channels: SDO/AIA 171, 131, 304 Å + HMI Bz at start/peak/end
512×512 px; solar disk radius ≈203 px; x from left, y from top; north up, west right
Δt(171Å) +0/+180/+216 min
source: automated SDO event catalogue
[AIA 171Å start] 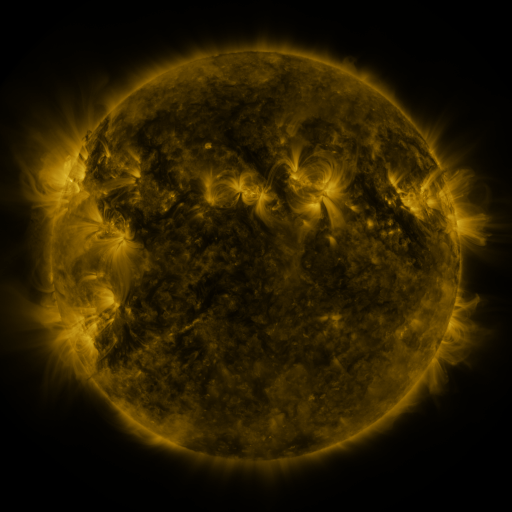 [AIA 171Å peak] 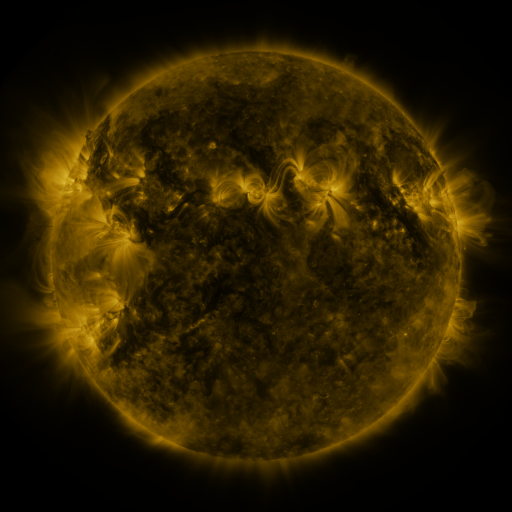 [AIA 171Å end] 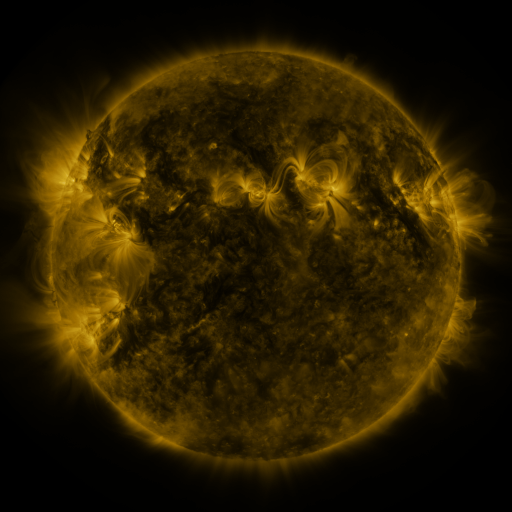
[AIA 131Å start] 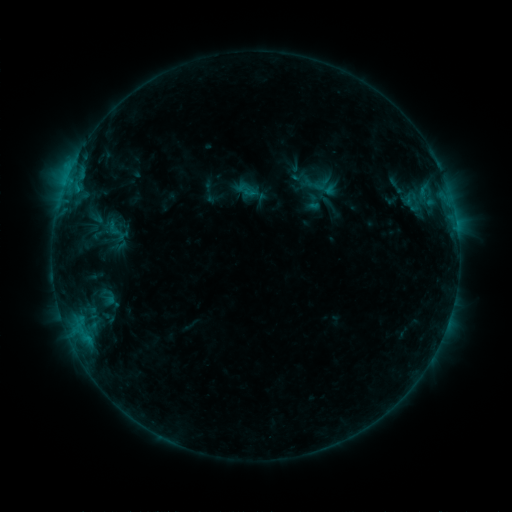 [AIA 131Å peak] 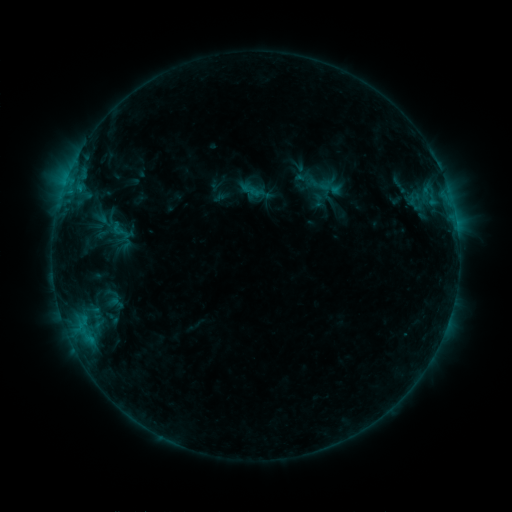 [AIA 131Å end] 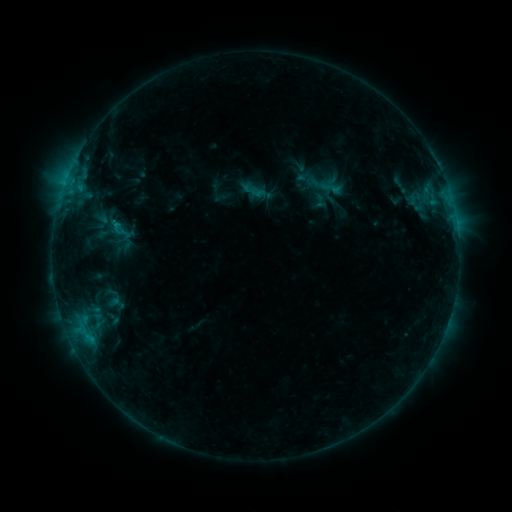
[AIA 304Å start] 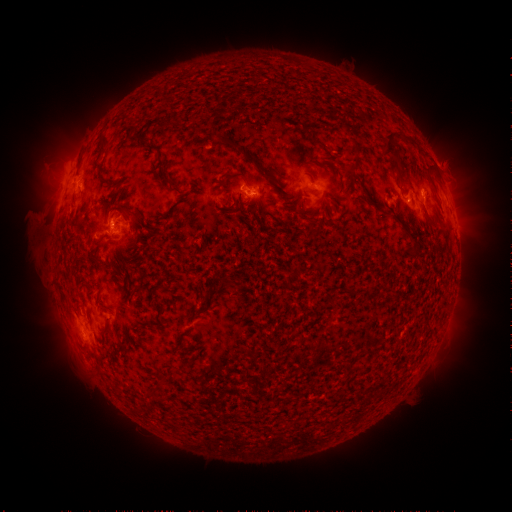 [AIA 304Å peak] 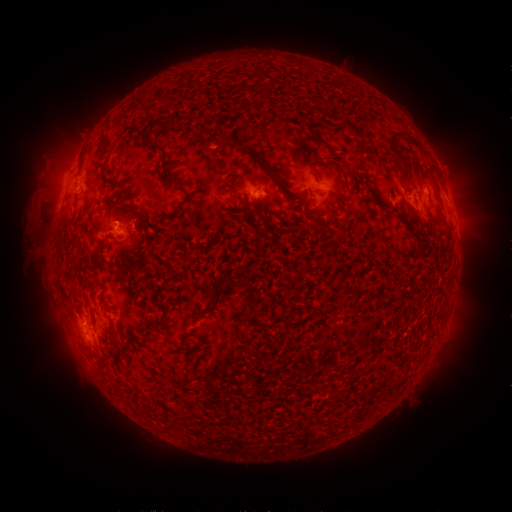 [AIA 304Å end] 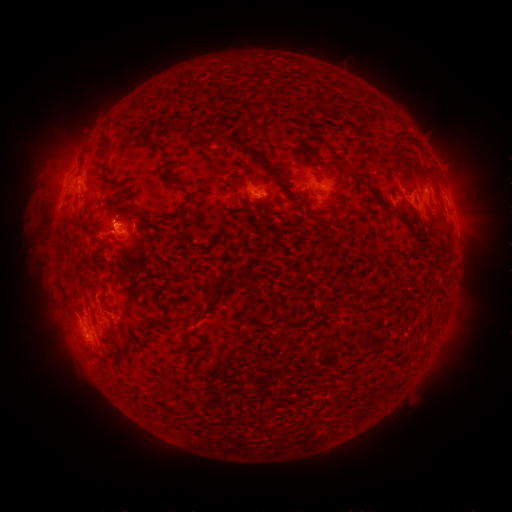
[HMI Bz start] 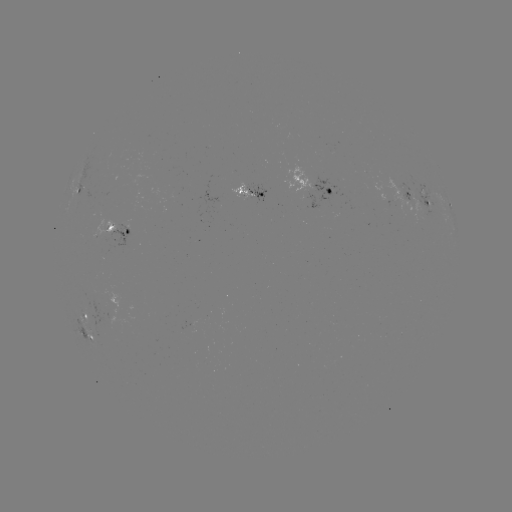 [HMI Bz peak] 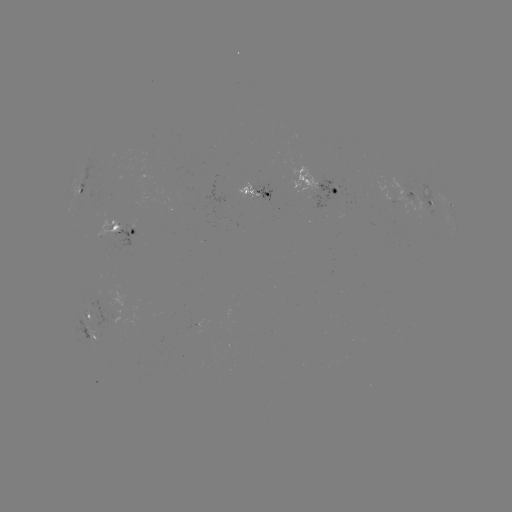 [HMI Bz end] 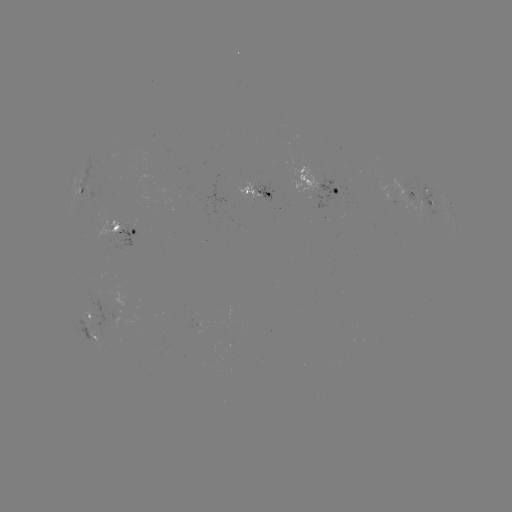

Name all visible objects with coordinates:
emerging-flux region: (111, 228)
